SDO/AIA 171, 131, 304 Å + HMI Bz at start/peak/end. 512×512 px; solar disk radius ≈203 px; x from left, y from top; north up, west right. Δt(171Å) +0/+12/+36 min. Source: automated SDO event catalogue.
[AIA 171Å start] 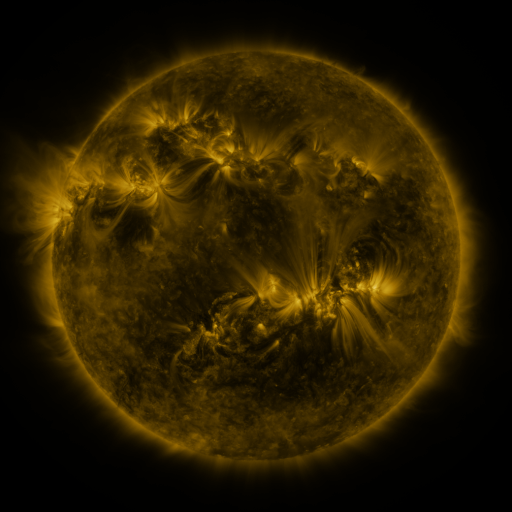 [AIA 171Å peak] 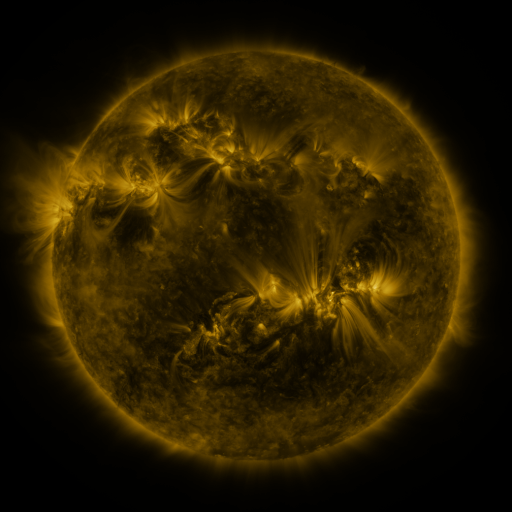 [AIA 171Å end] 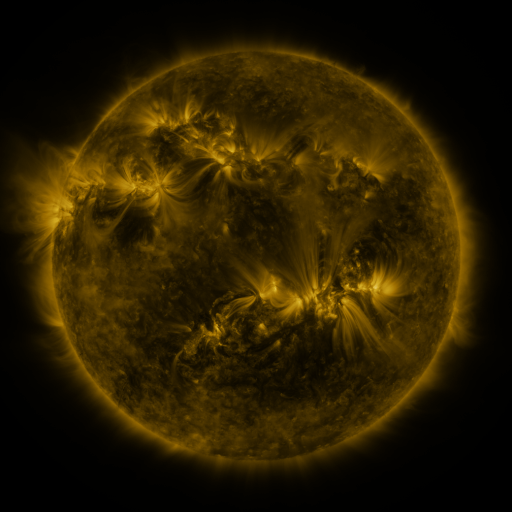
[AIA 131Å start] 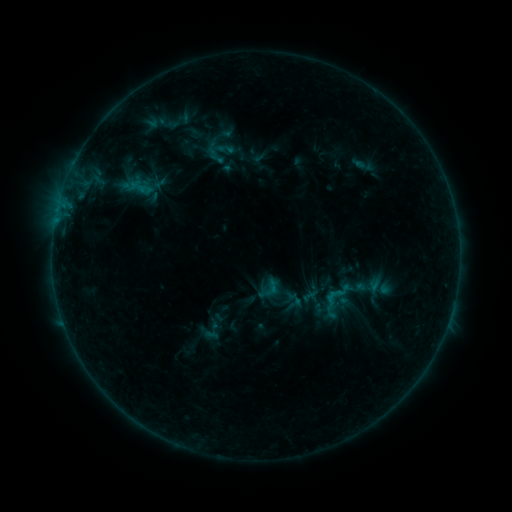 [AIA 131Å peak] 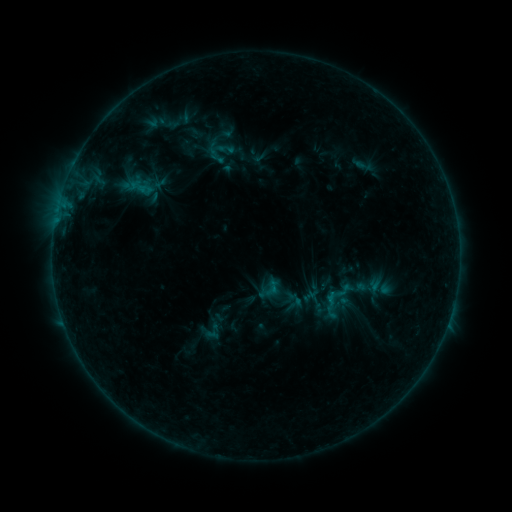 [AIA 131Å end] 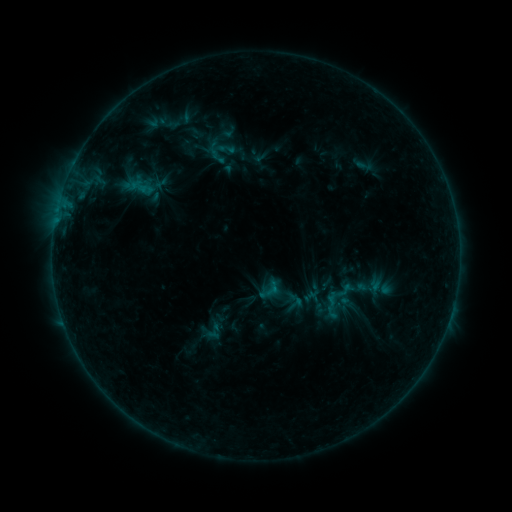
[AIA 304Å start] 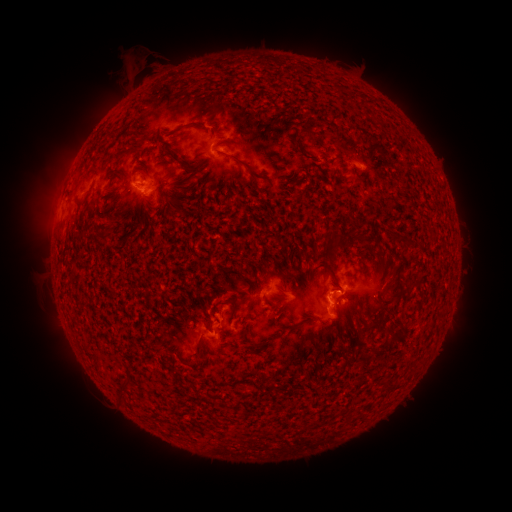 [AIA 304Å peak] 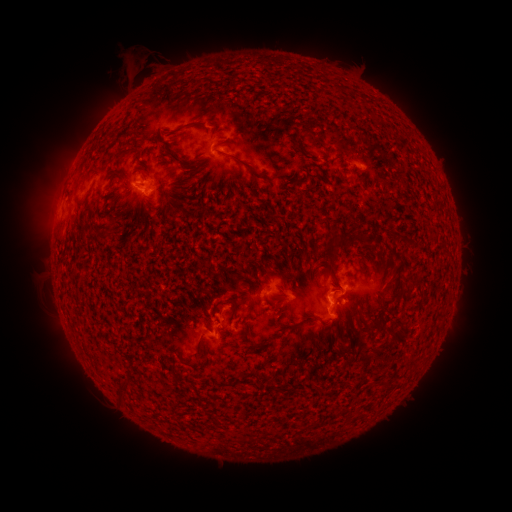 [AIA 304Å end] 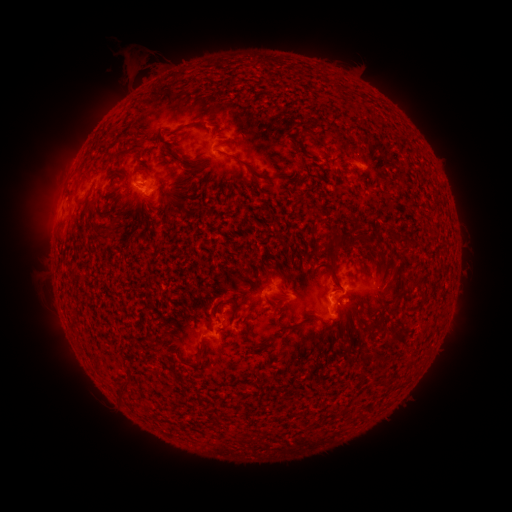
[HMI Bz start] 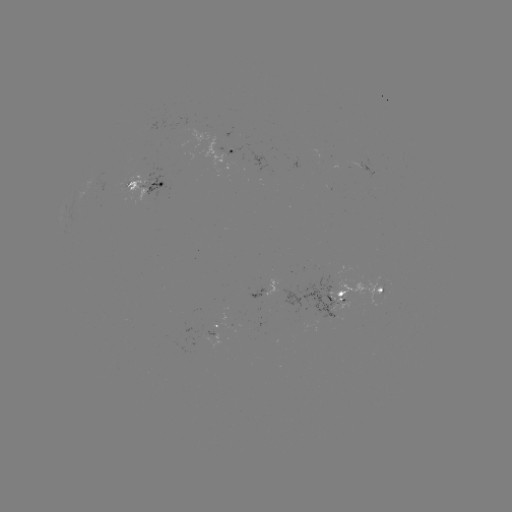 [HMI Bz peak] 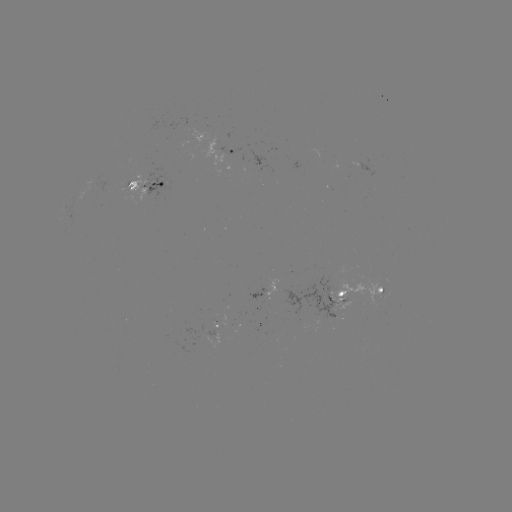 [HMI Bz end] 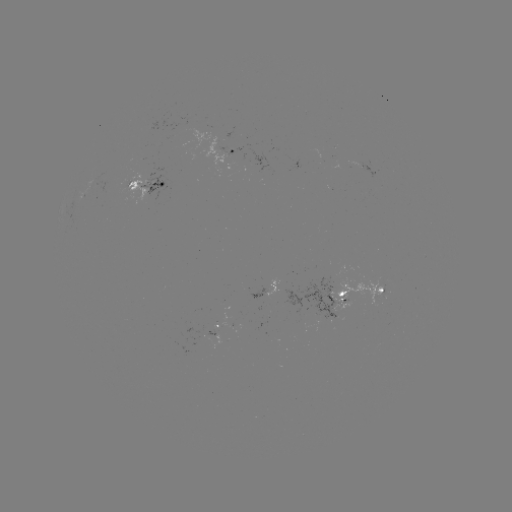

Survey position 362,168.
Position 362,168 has emerging-flux region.